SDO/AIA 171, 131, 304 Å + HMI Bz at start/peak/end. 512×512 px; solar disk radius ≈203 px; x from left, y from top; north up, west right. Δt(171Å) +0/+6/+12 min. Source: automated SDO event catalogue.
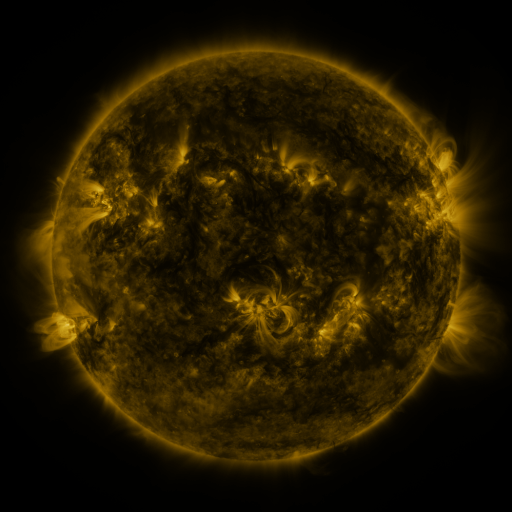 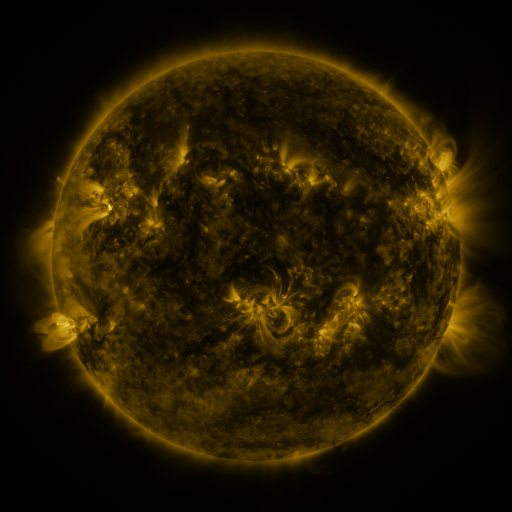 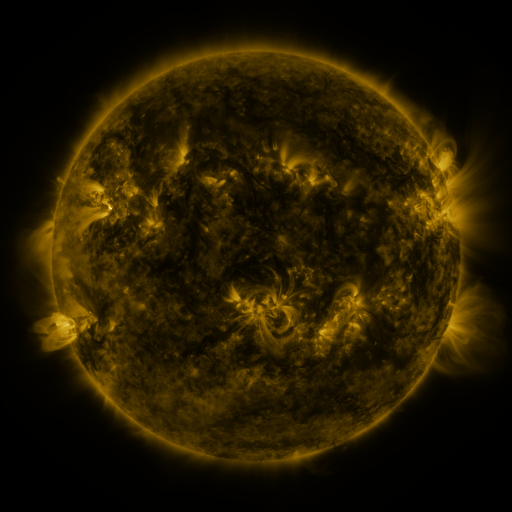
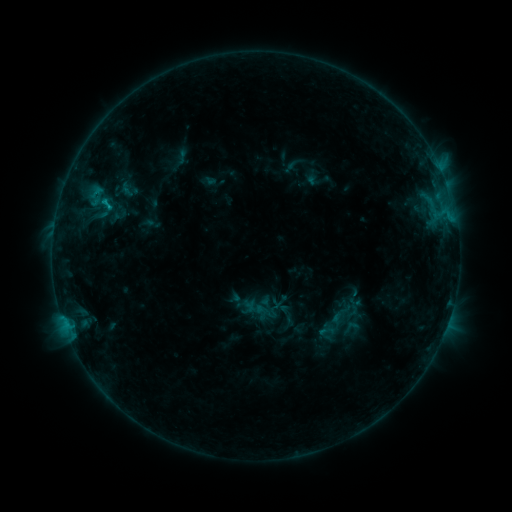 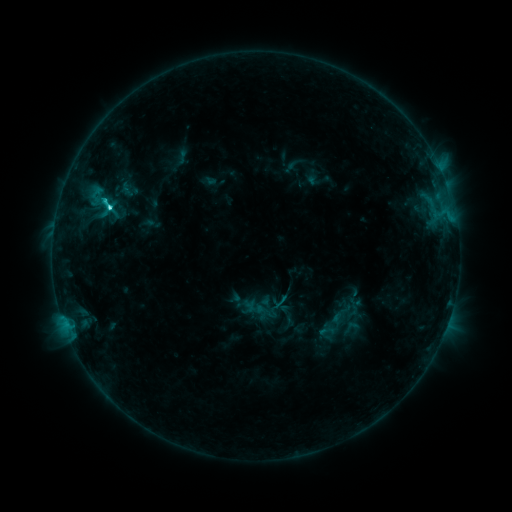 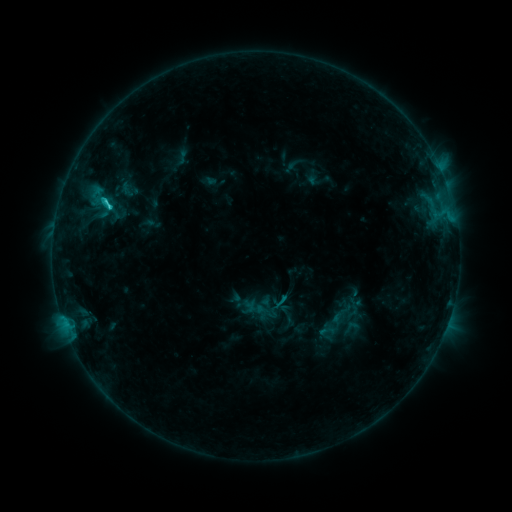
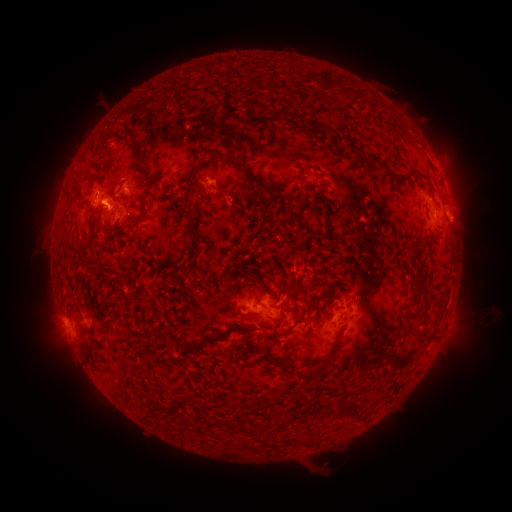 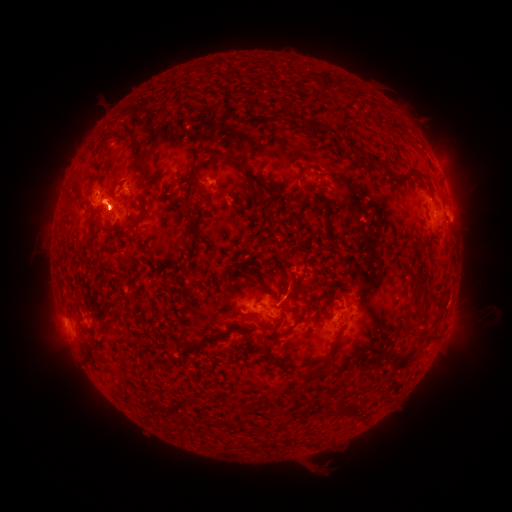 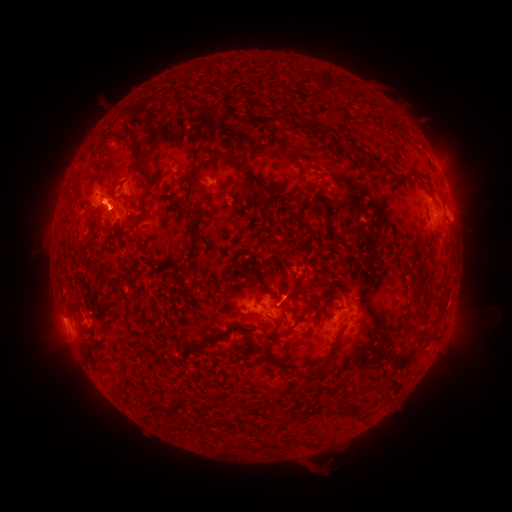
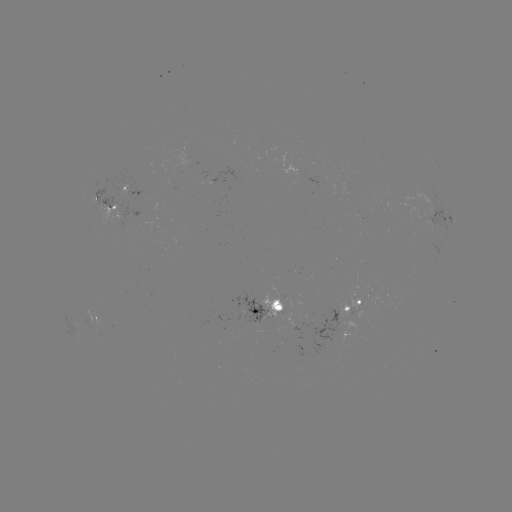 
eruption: <bbox>402, 106, 483, 262</bbox>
